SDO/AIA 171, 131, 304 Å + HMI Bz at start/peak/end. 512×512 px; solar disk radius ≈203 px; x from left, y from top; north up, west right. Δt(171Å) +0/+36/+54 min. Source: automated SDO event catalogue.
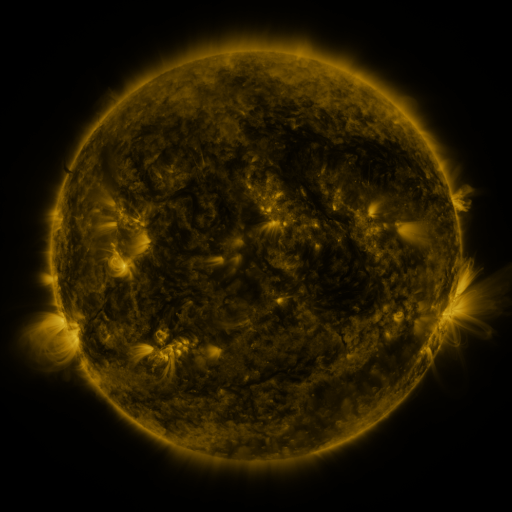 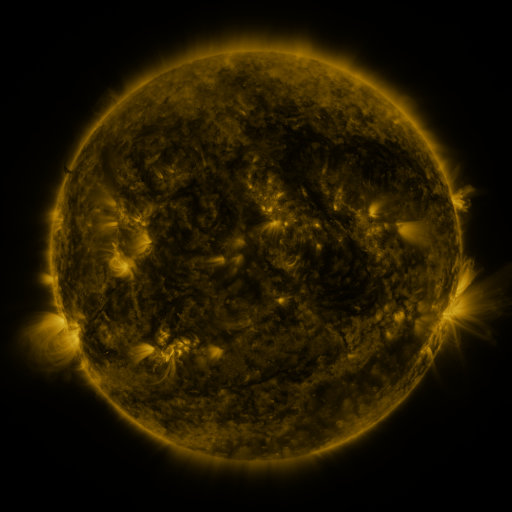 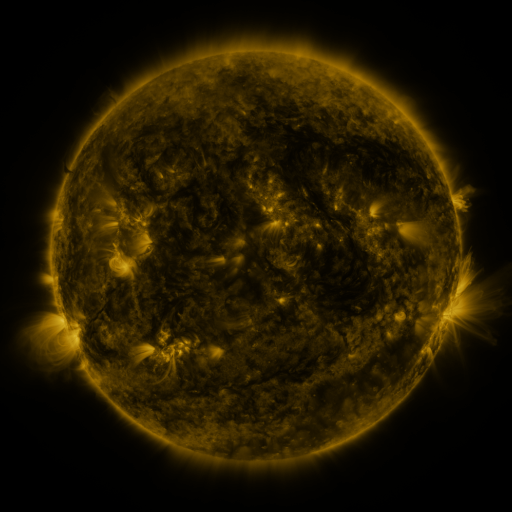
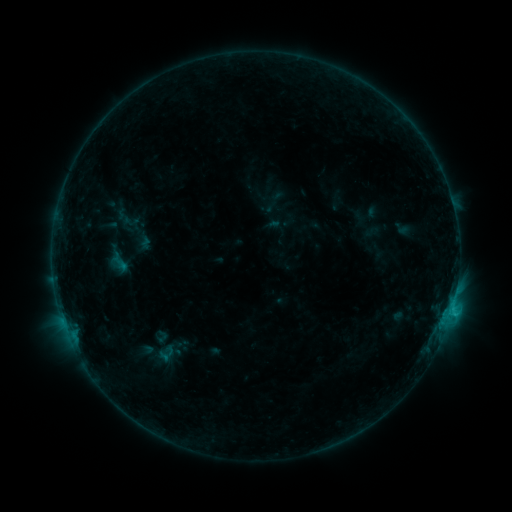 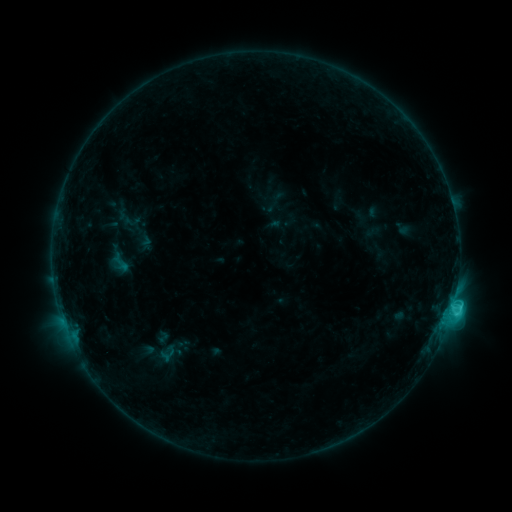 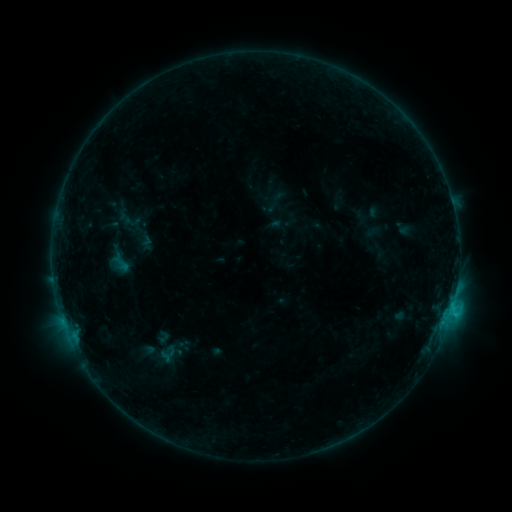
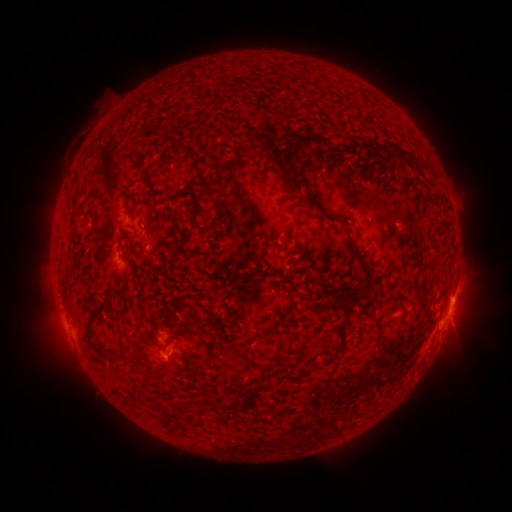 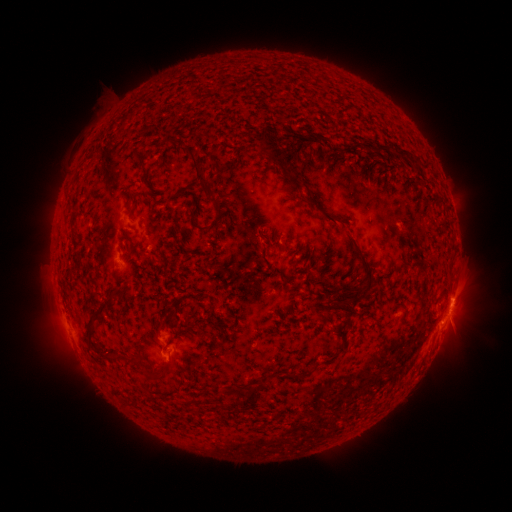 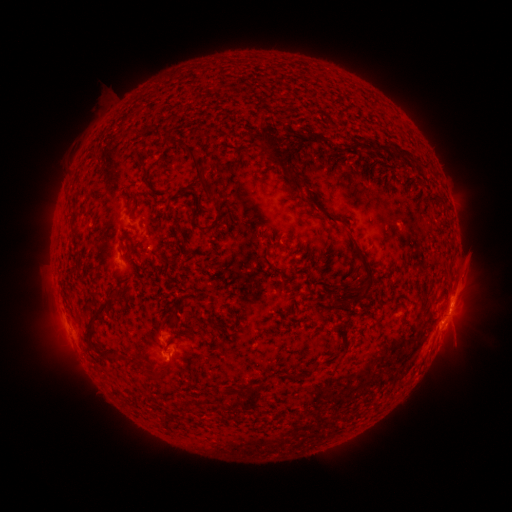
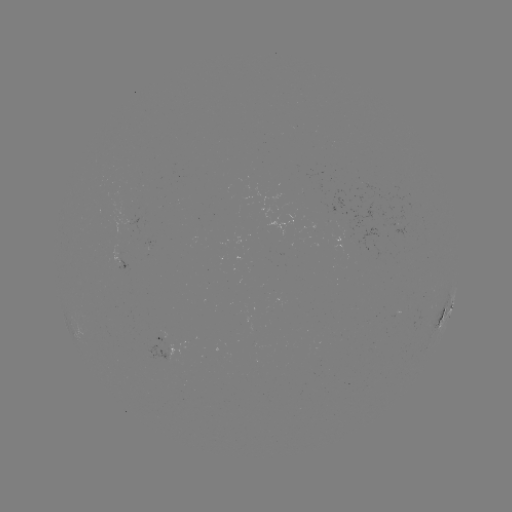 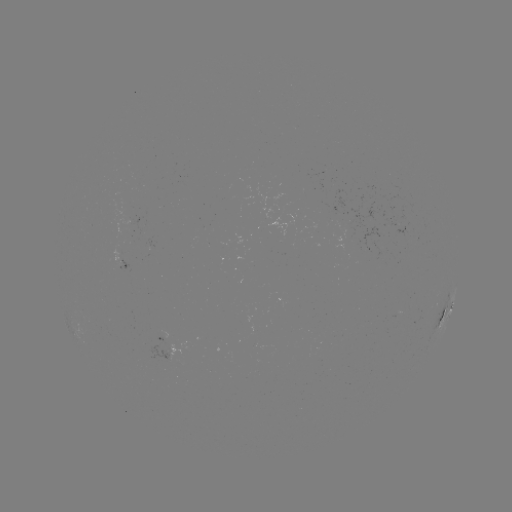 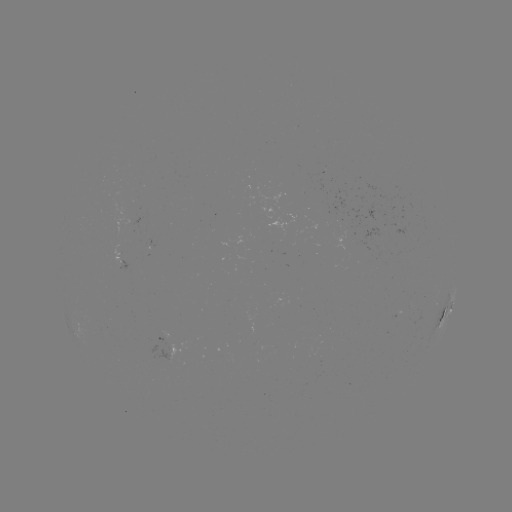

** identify C2.3 flare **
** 451,305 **